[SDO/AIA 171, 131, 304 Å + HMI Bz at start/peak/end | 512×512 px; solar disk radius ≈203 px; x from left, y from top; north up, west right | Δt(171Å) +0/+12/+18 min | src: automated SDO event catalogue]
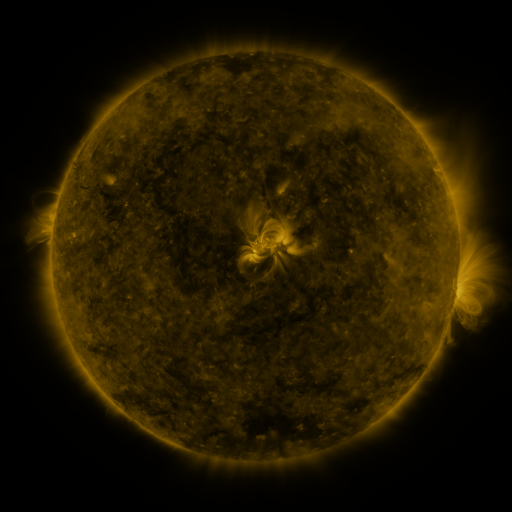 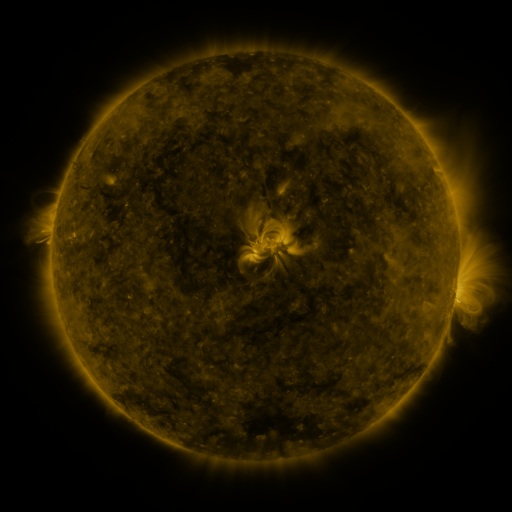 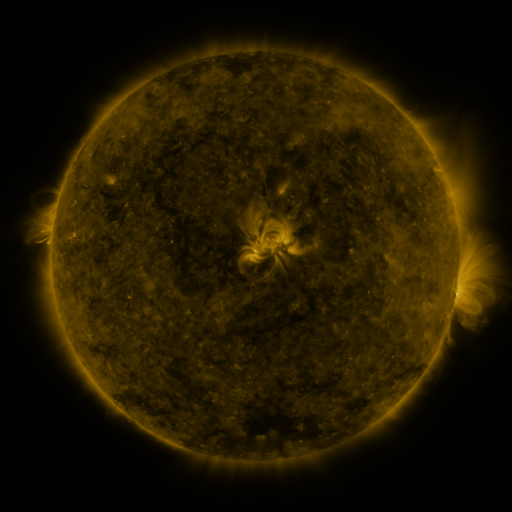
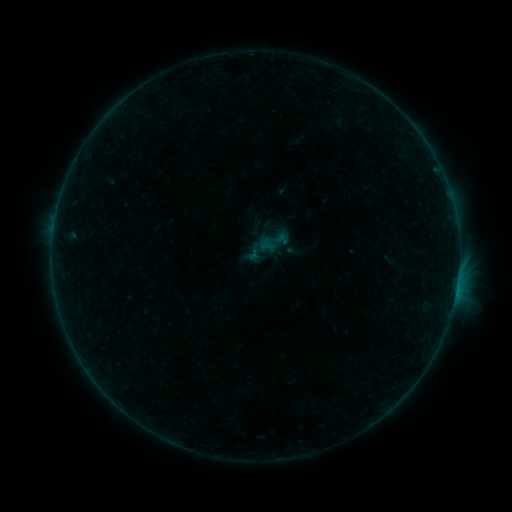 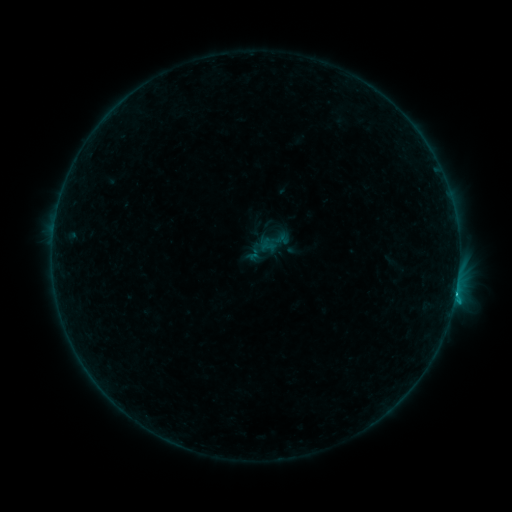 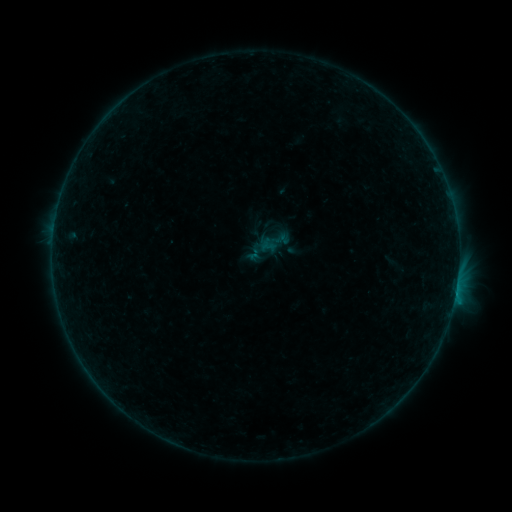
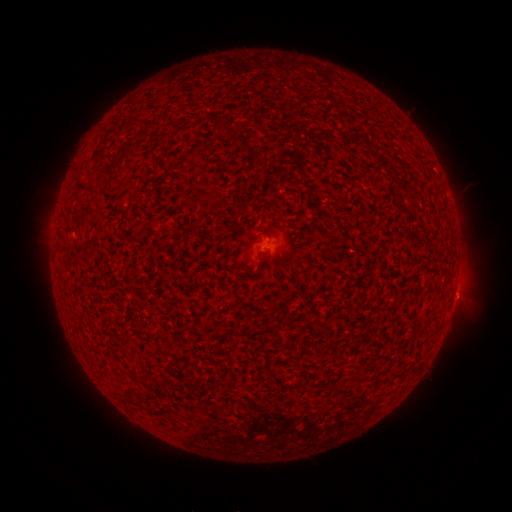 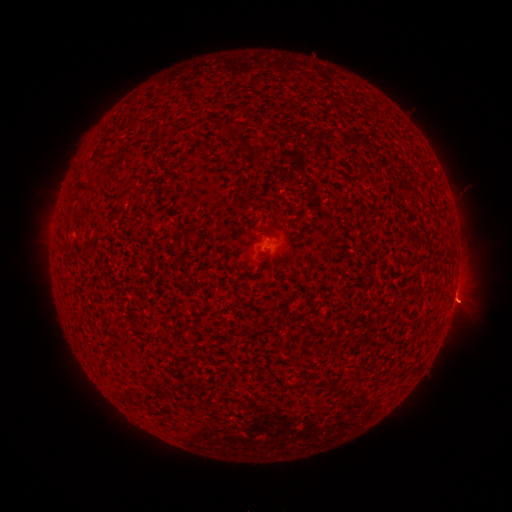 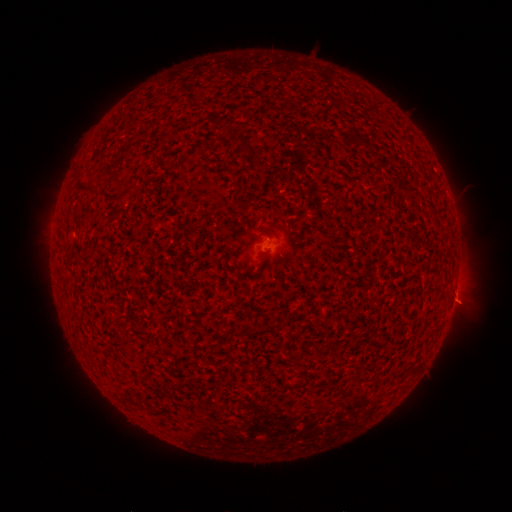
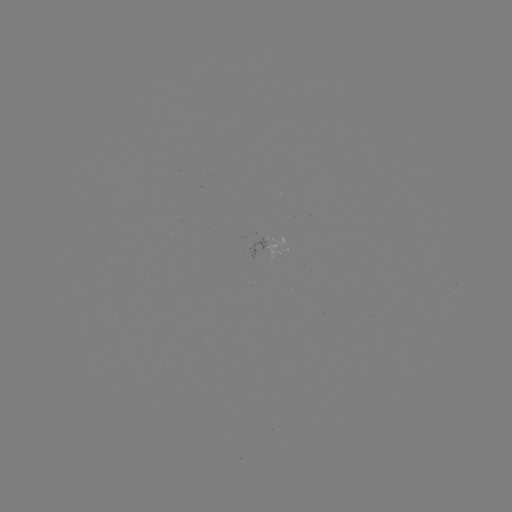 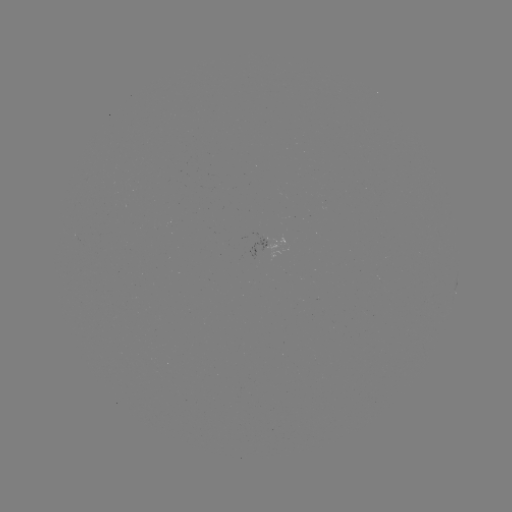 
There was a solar flare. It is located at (456, 290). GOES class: B4.0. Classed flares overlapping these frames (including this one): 1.